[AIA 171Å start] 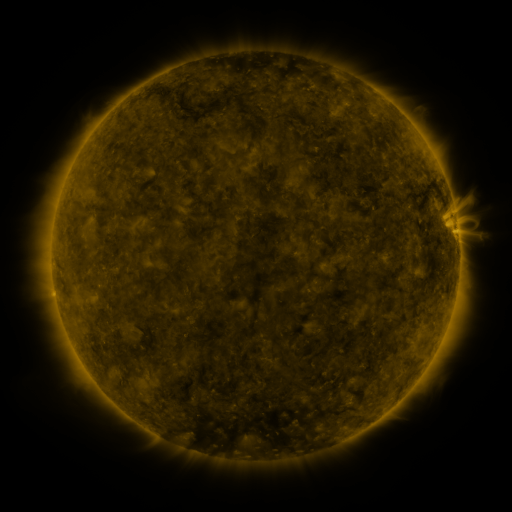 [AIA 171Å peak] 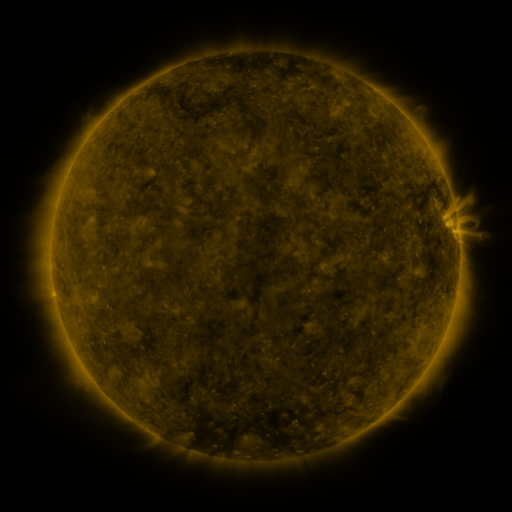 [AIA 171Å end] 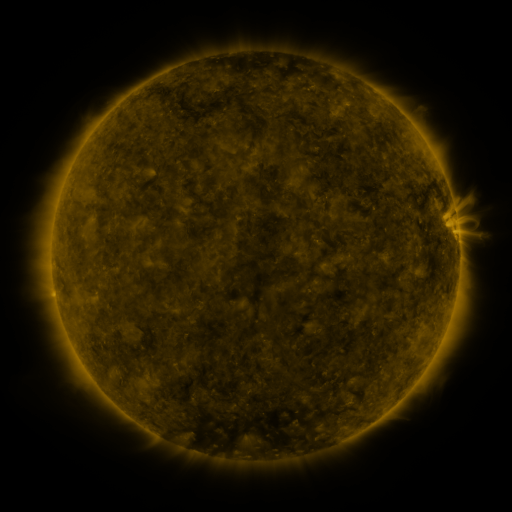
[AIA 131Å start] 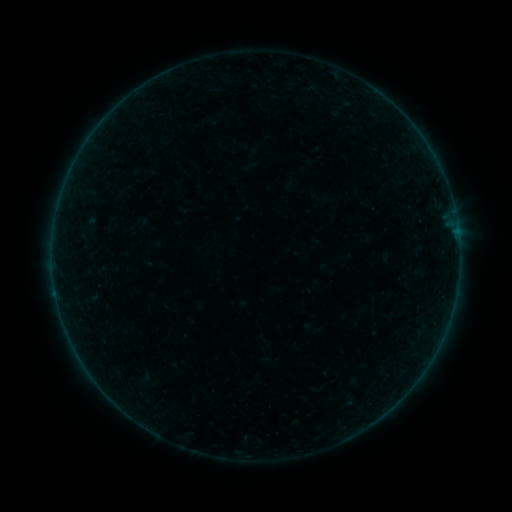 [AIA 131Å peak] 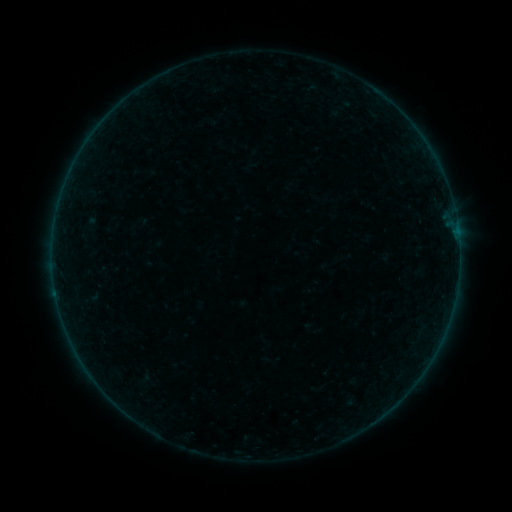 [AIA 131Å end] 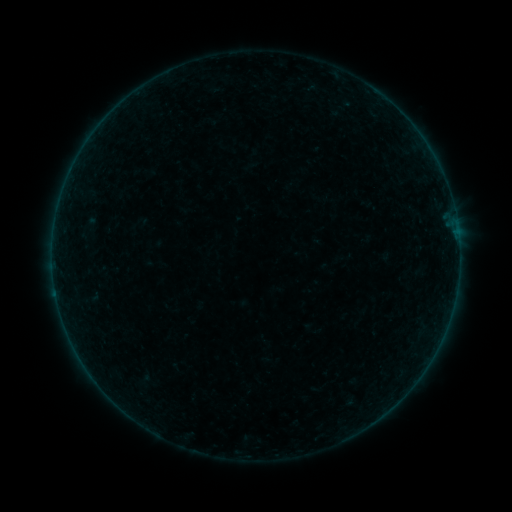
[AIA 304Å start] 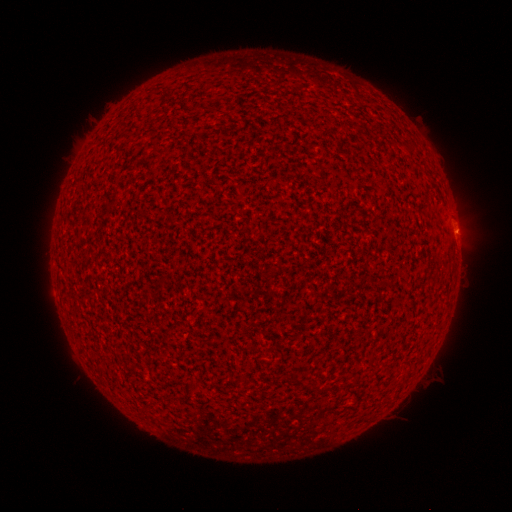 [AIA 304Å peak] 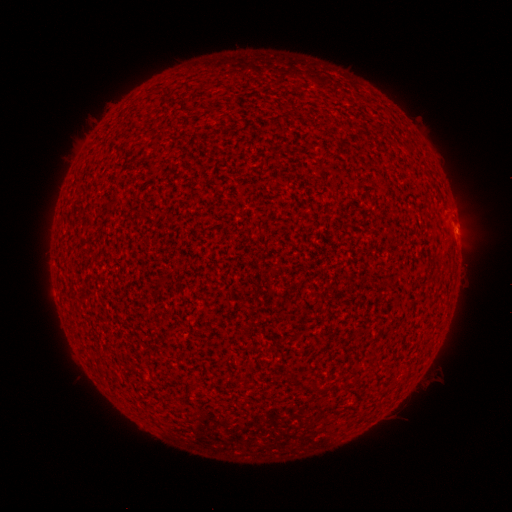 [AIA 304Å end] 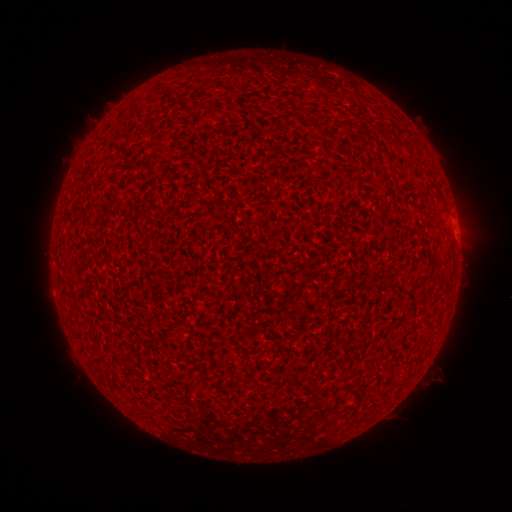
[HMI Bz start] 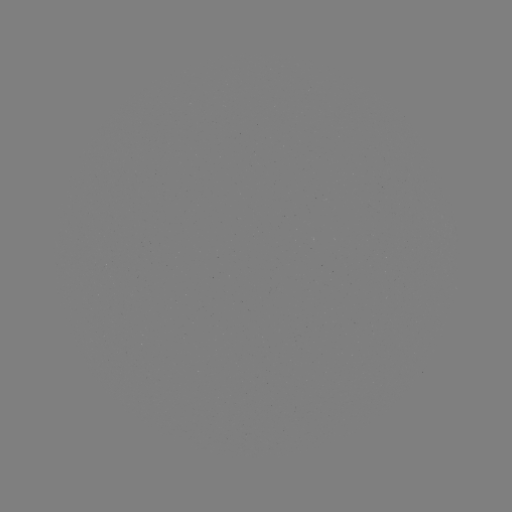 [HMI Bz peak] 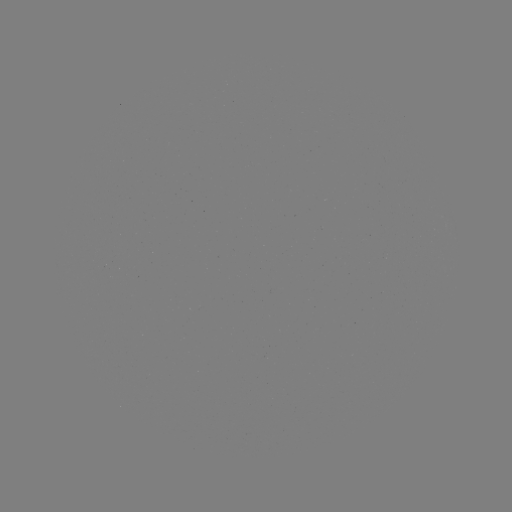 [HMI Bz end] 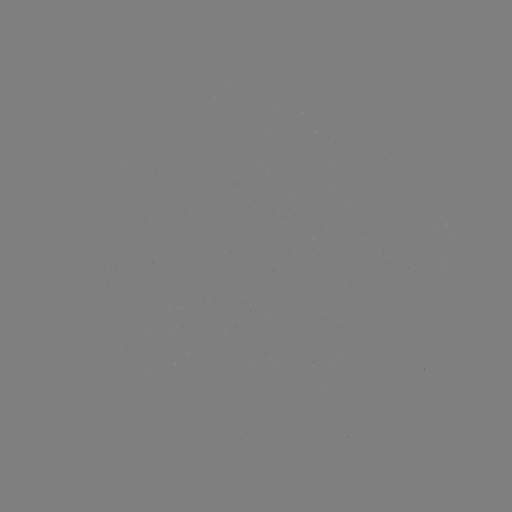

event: eruption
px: (456, 224)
